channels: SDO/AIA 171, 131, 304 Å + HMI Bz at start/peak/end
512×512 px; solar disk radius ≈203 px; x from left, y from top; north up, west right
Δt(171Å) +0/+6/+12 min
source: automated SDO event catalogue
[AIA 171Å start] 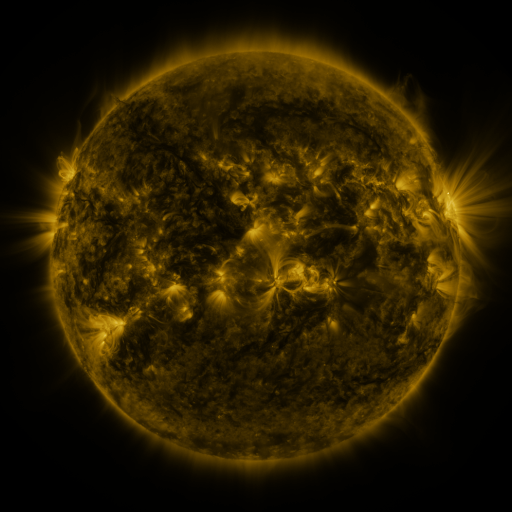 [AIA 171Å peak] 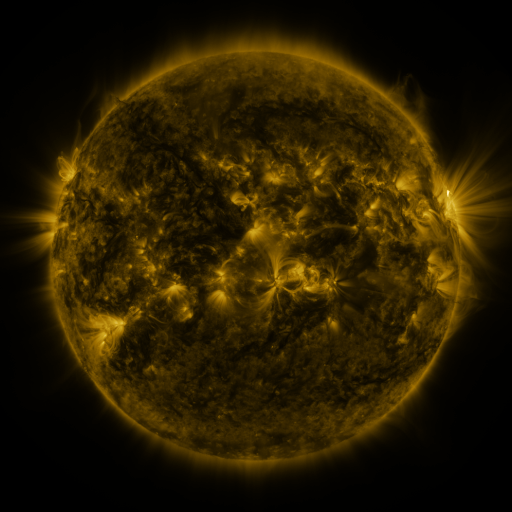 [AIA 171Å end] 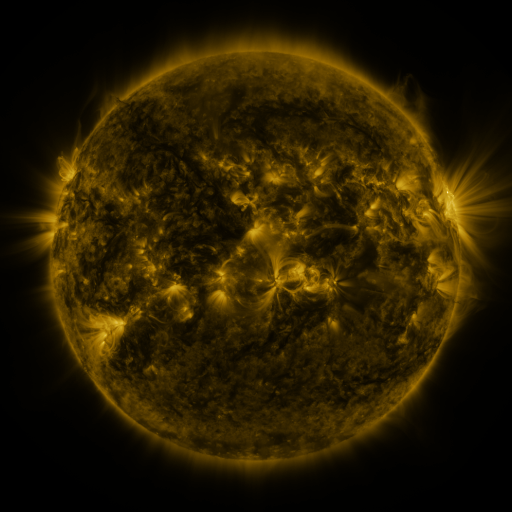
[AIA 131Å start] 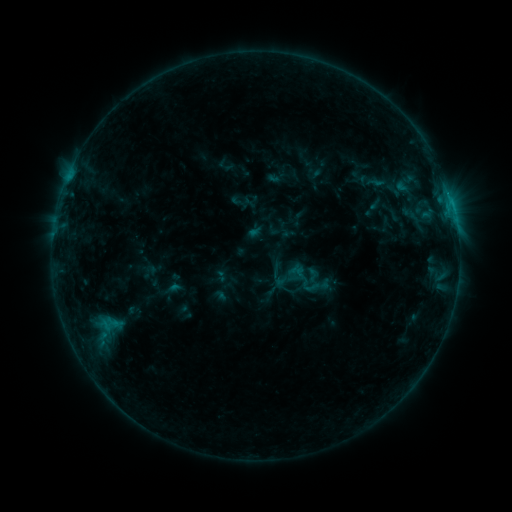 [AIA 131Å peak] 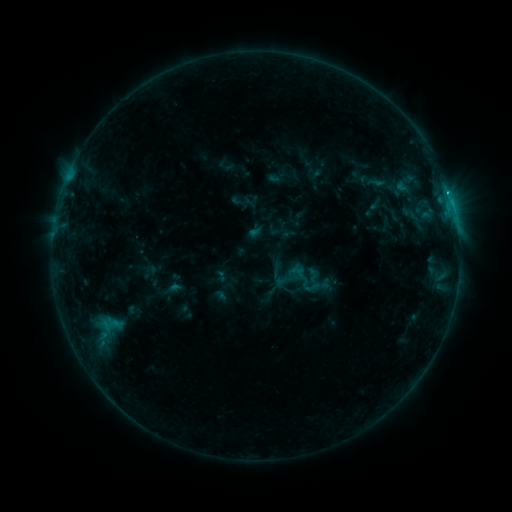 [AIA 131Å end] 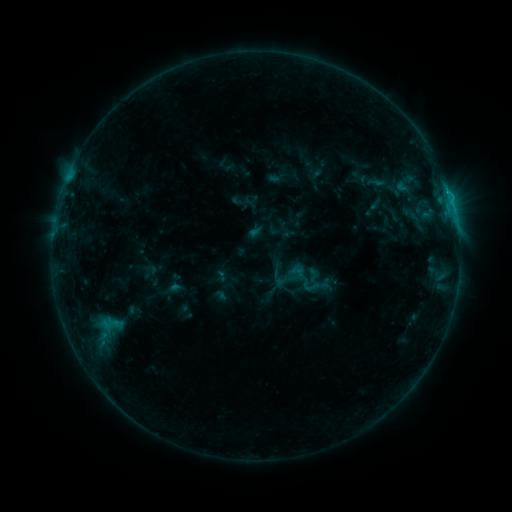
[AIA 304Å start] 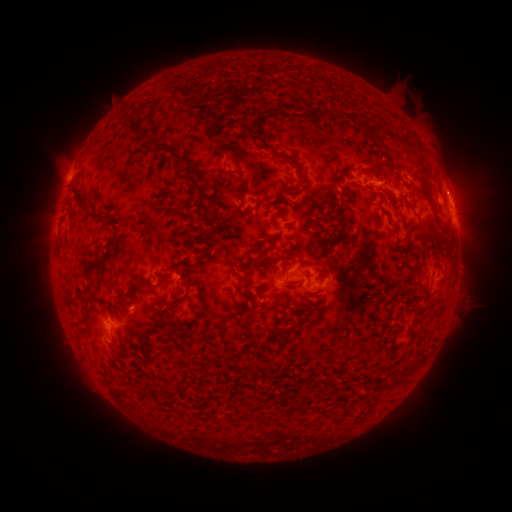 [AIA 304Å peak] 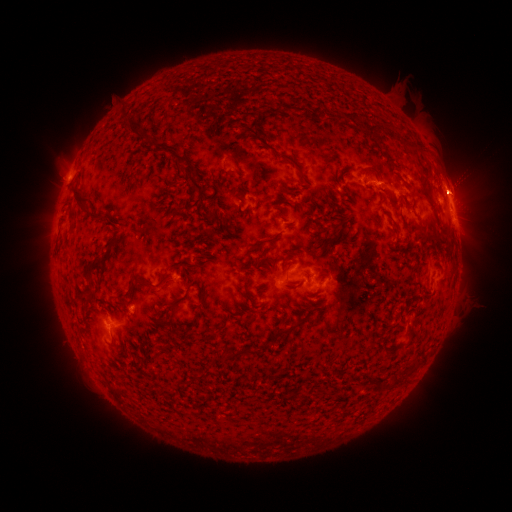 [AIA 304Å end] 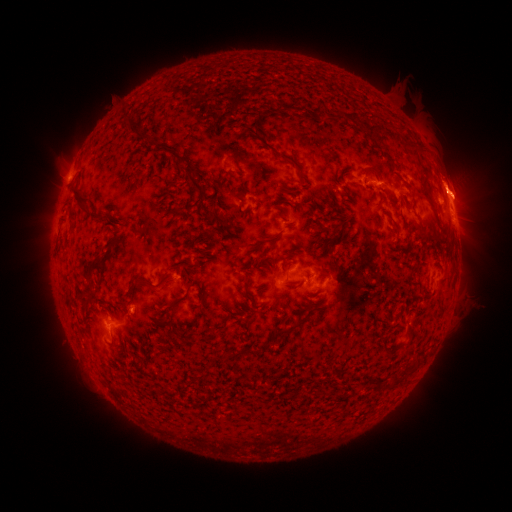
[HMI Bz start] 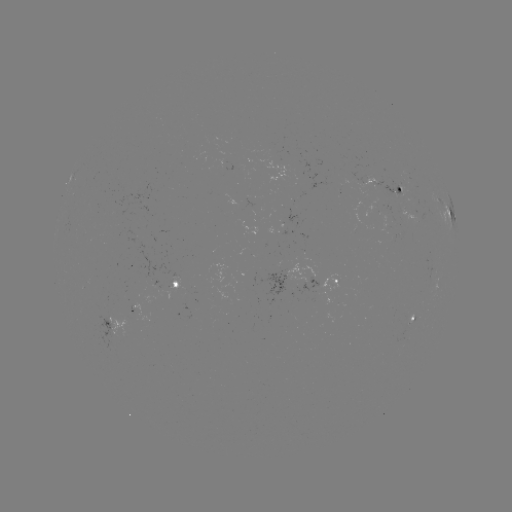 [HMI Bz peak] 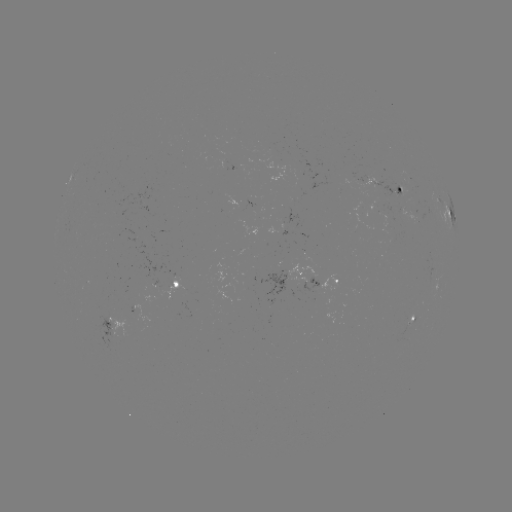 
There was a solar flare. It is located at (446, 191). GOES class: B7.9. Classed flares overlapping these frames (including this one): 1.